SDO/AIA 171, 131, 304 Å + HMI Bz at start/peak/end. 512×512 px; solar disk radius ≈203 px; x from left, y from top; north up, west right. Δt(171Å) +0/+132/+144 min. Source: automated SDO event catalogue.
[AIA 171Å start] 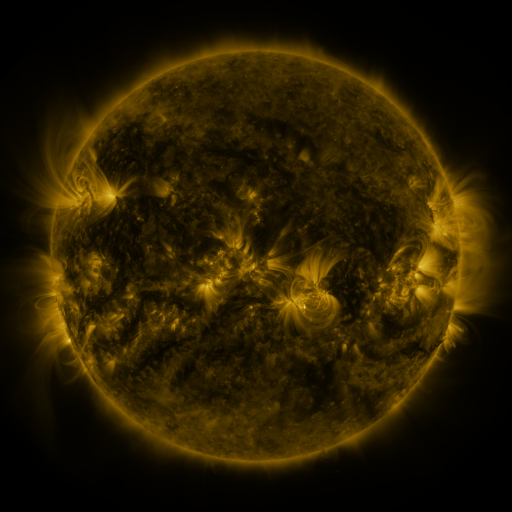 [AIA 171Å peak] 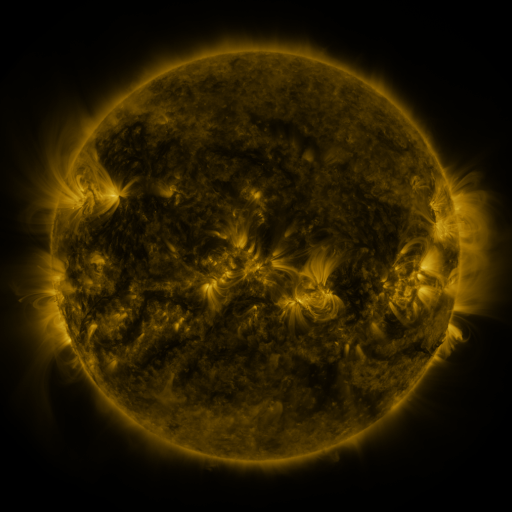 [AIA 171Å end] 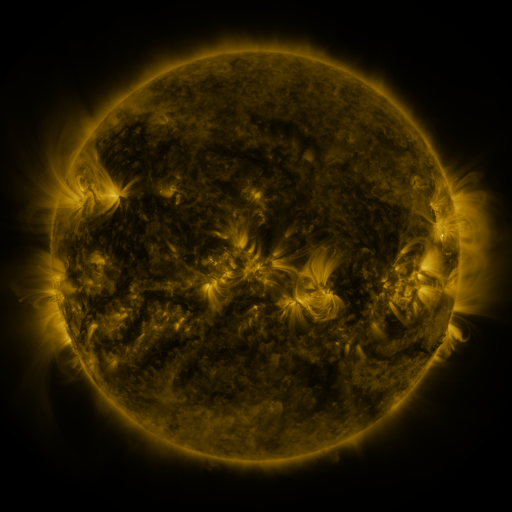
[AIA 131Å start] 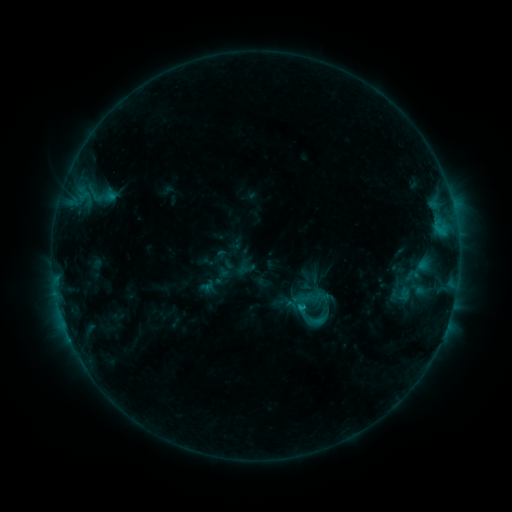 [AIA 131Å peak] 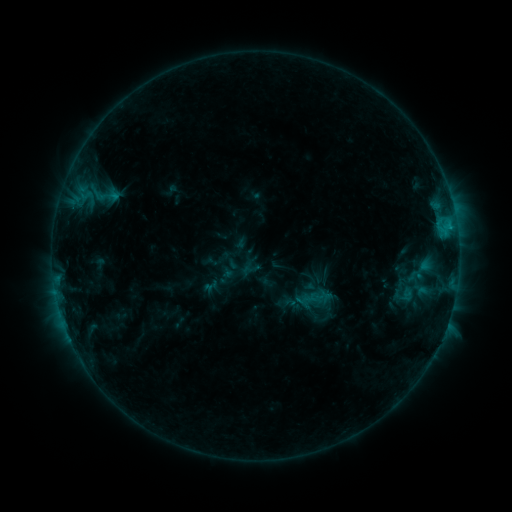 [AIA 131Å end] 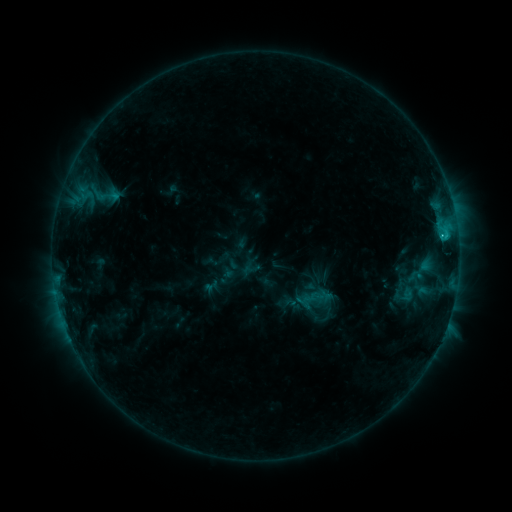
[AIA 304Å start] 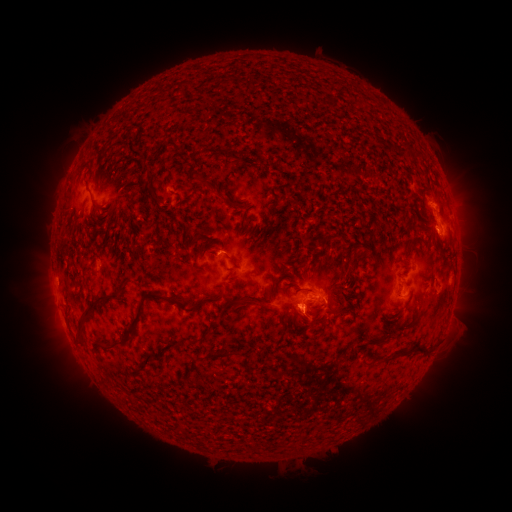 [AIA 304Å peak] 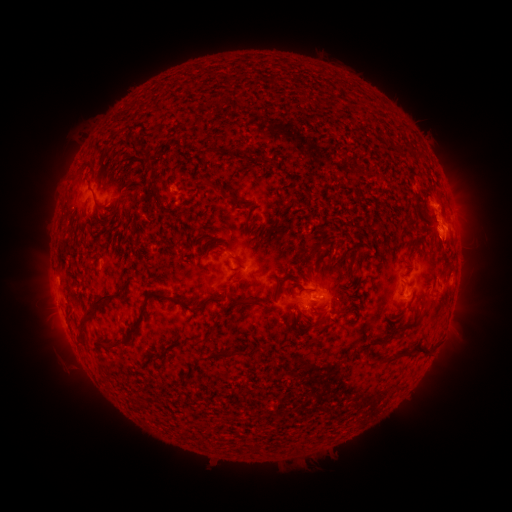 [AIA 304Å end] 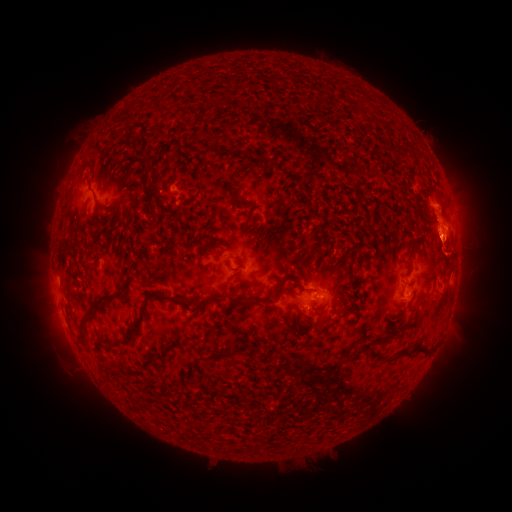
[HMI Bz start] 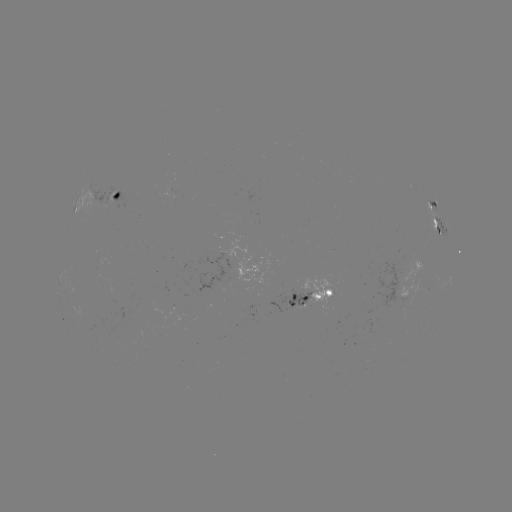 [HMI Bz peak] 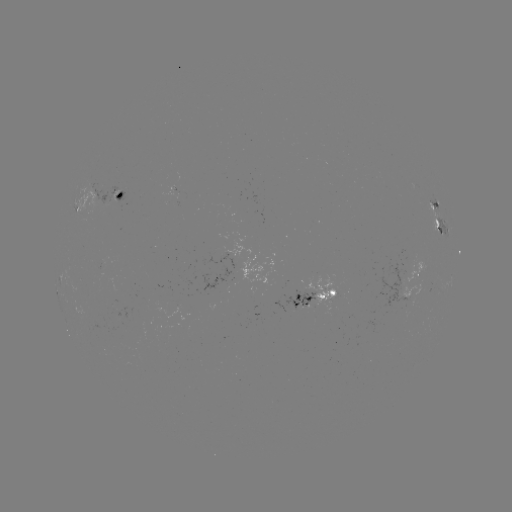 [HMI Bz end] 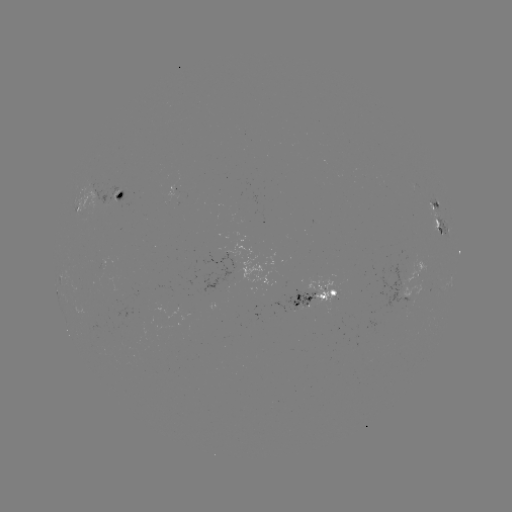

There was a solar emerging-flux region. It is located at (315, 291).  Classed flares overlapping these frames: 1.